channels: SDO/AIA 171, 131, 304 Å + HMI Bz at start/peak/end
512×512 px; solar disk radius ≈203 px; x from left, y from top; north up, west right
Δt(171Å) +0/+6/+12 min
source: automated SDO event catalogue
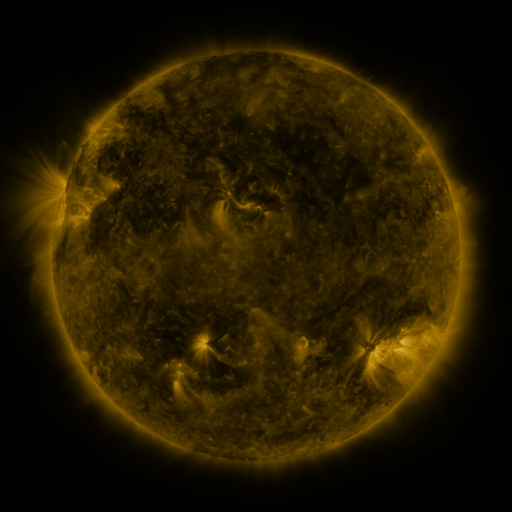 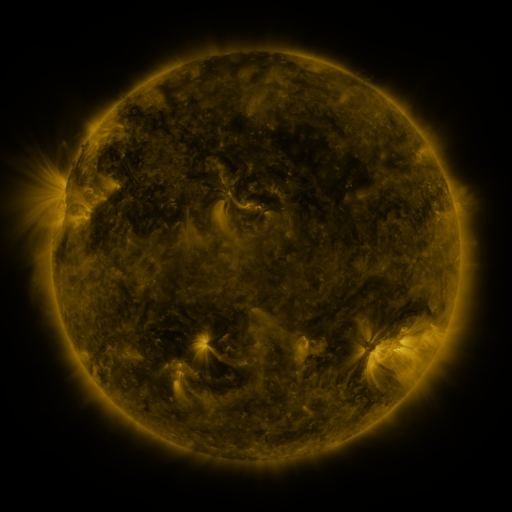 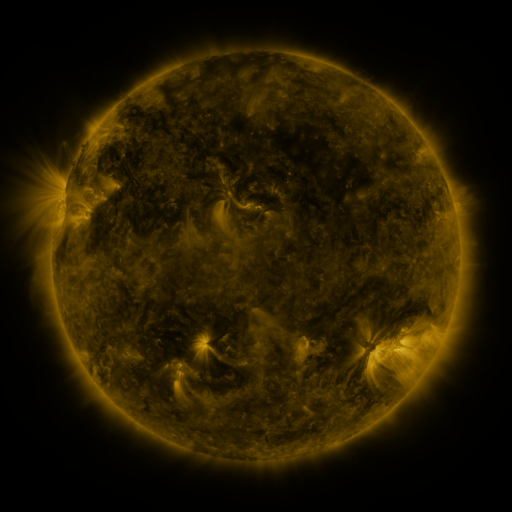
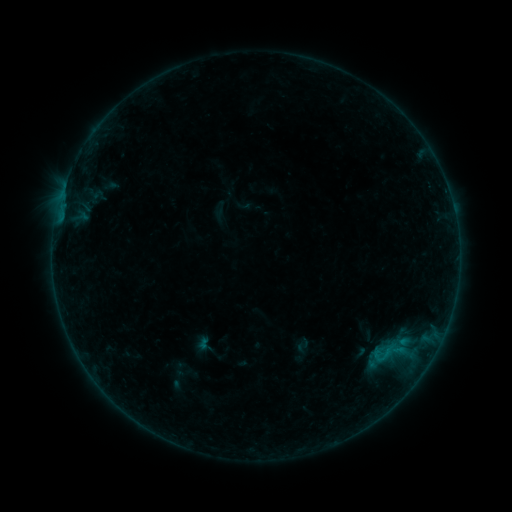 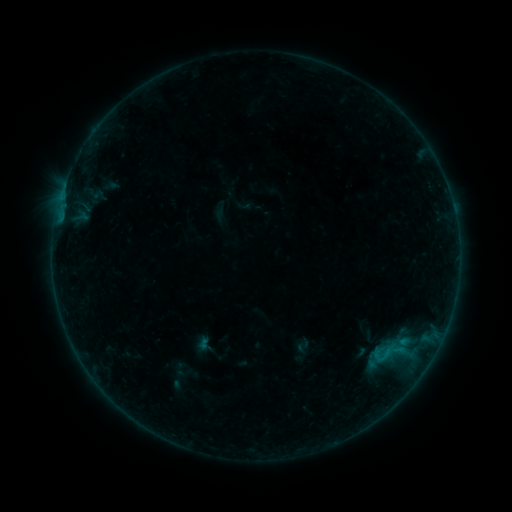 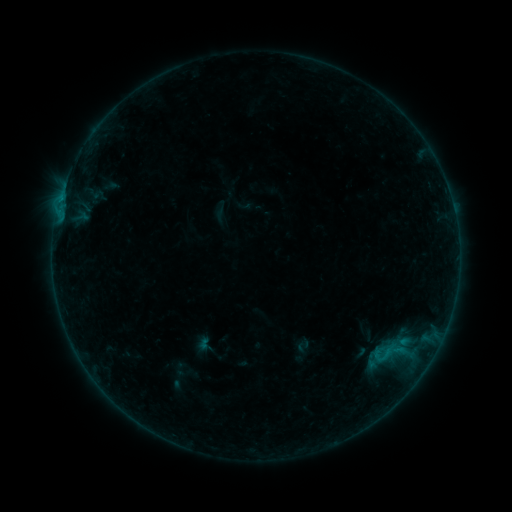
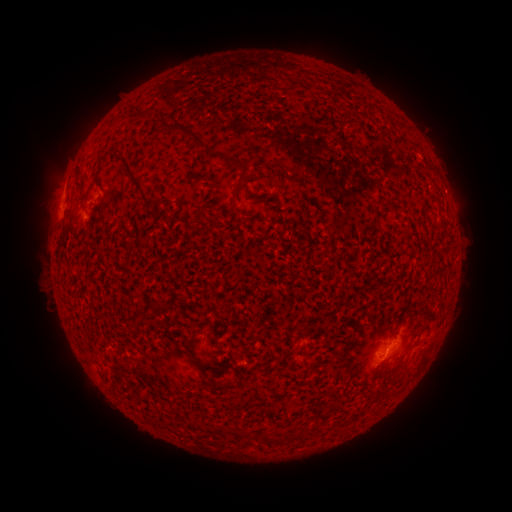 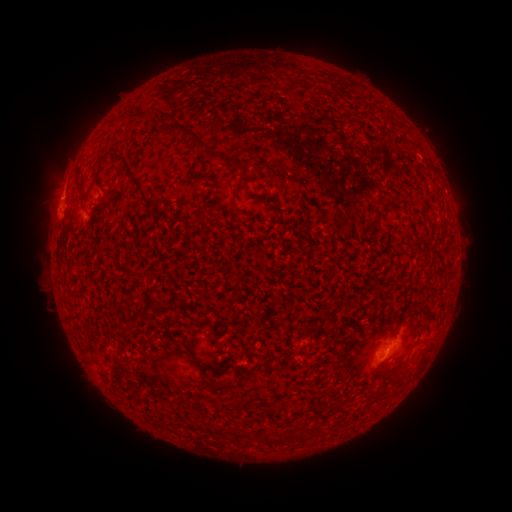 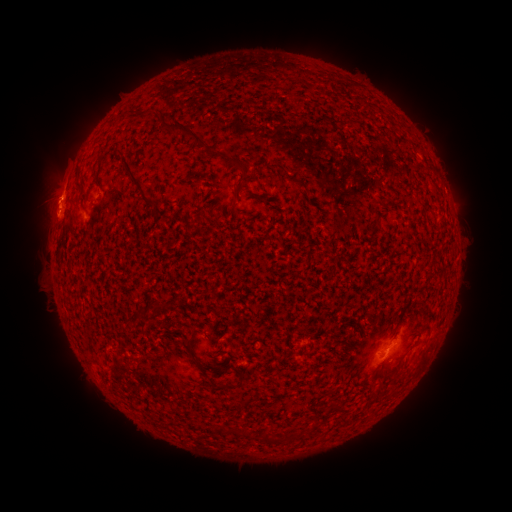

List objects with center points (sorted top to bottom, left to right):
eruption: (47, 195)
